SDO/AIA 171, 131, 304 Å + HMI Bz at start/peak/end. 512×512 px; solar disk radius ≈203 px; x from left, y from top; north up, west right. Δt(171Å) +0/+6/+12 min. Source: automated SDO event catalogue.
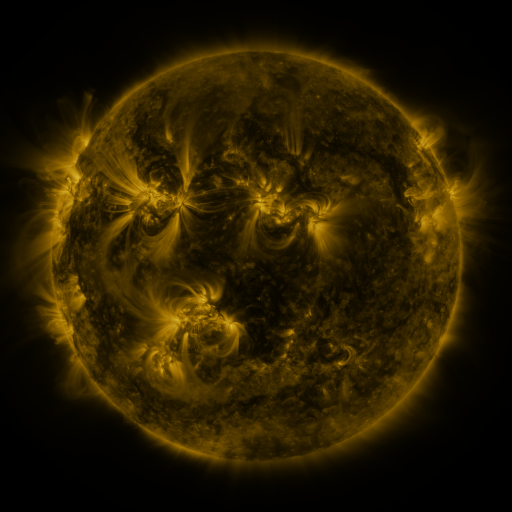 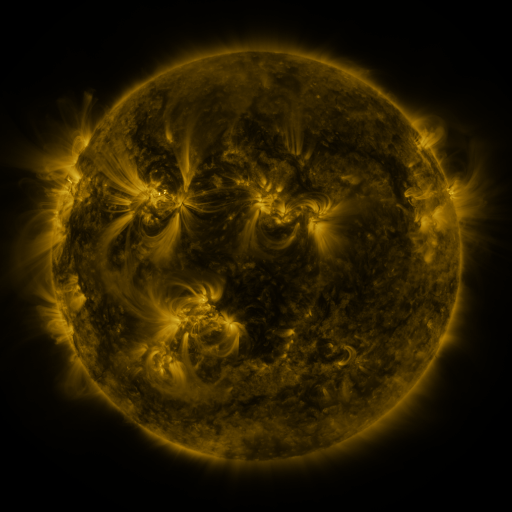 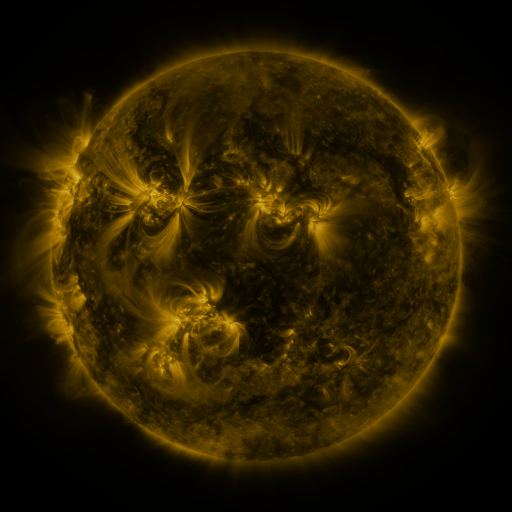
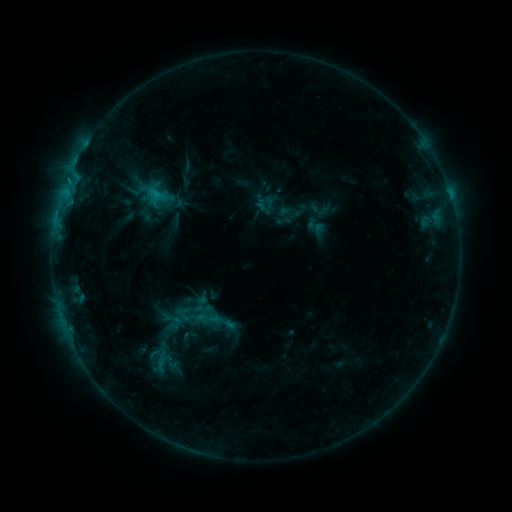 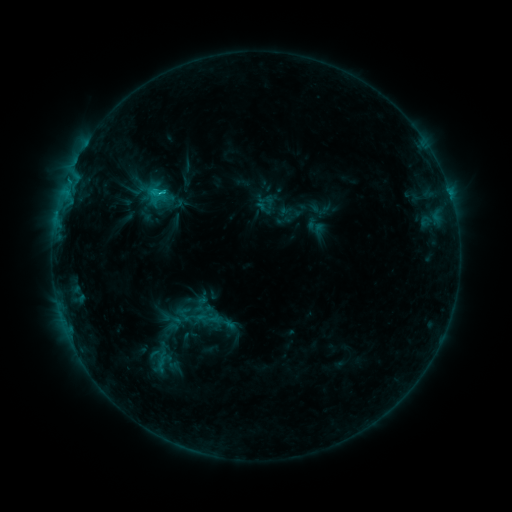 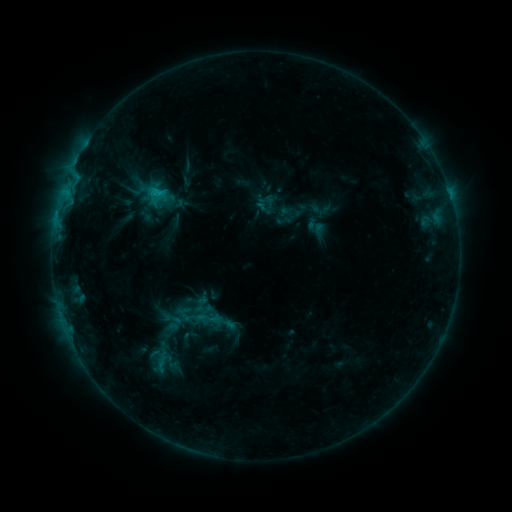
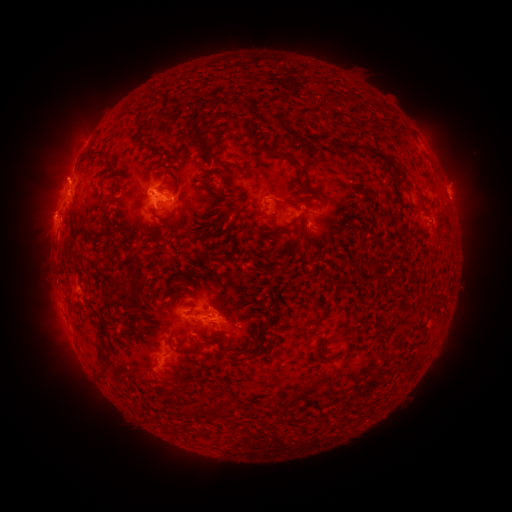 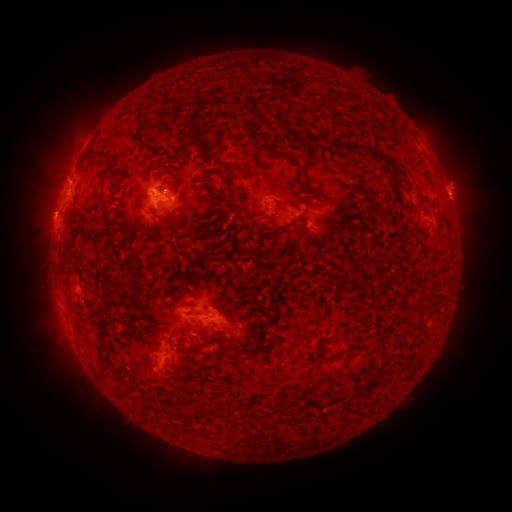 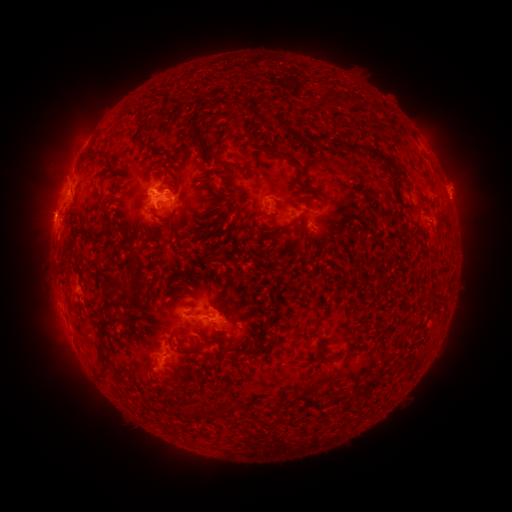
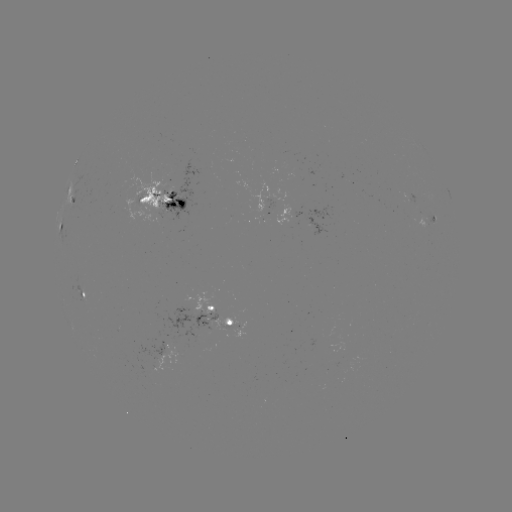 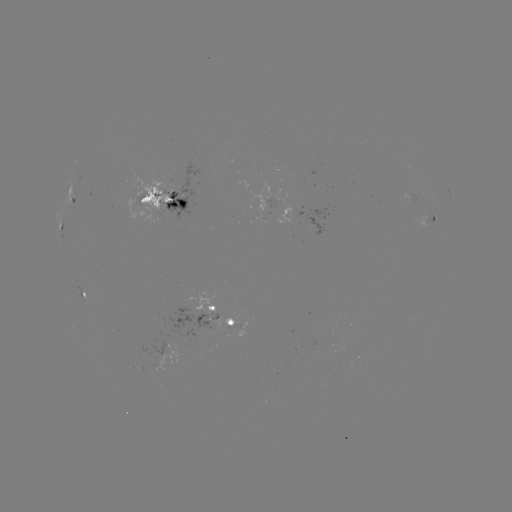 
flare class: C1.5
